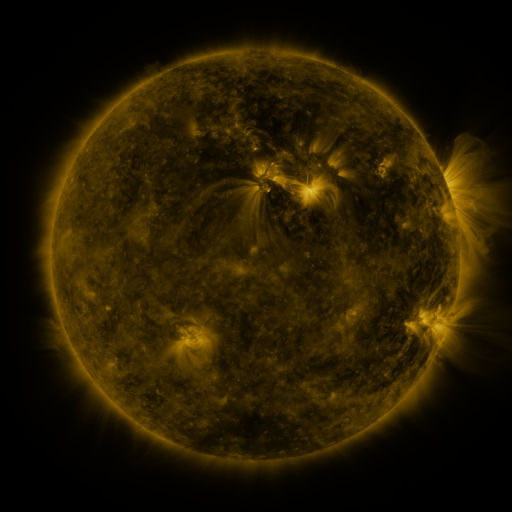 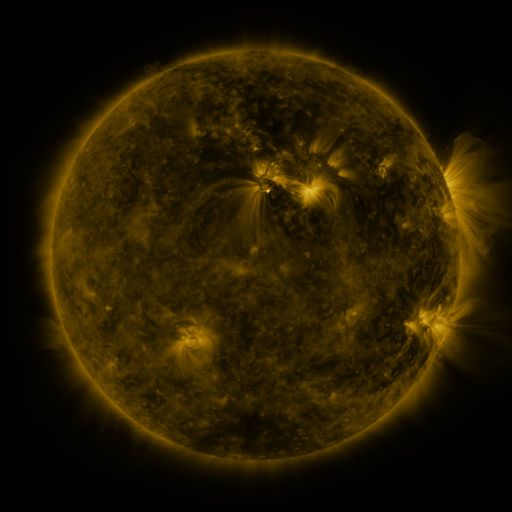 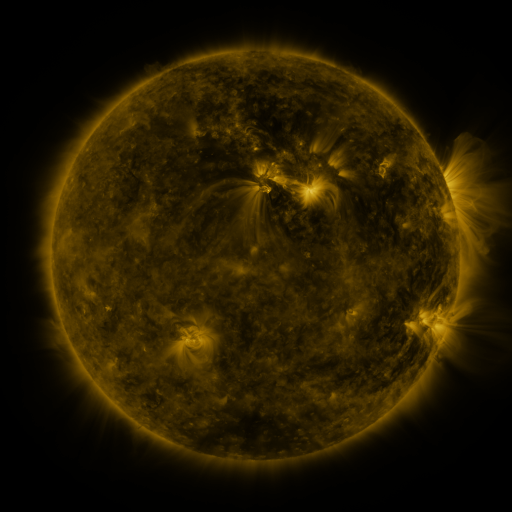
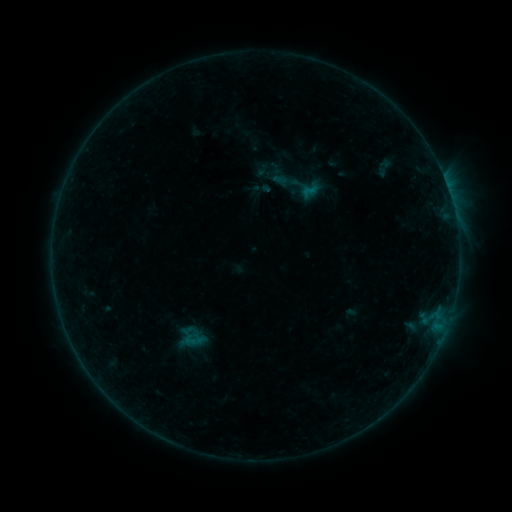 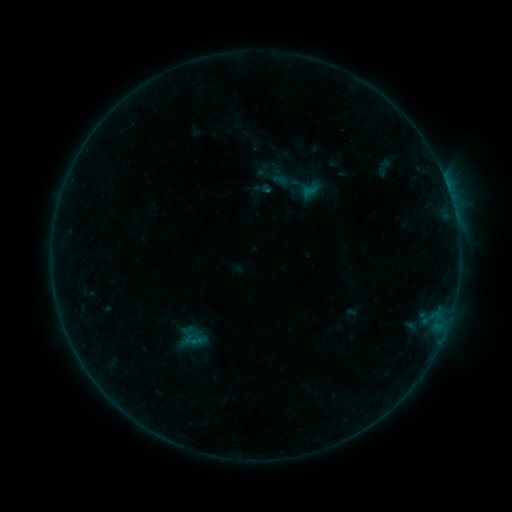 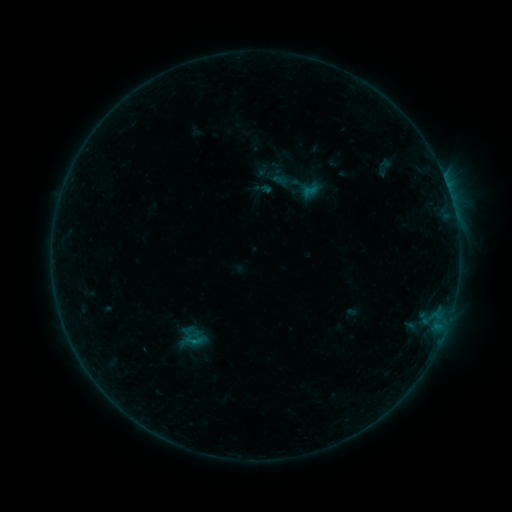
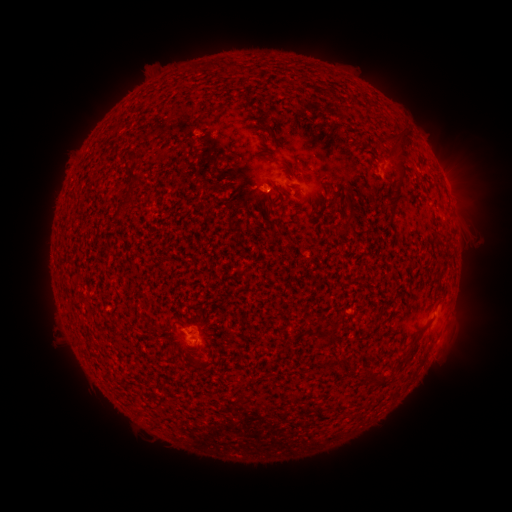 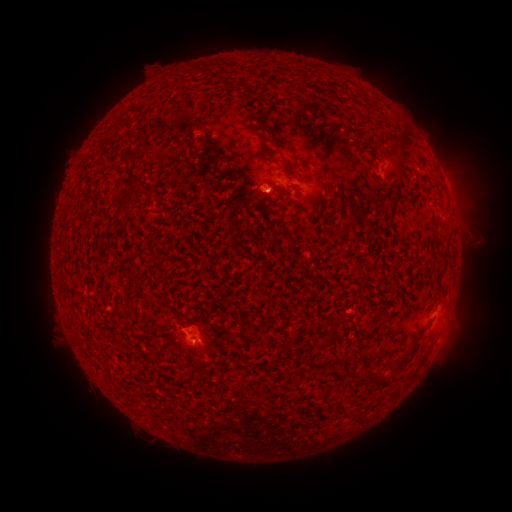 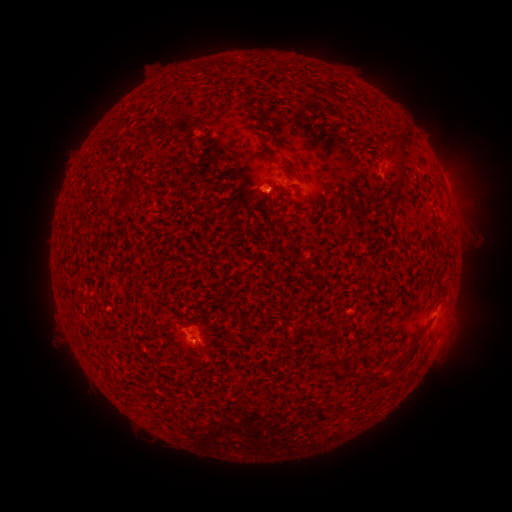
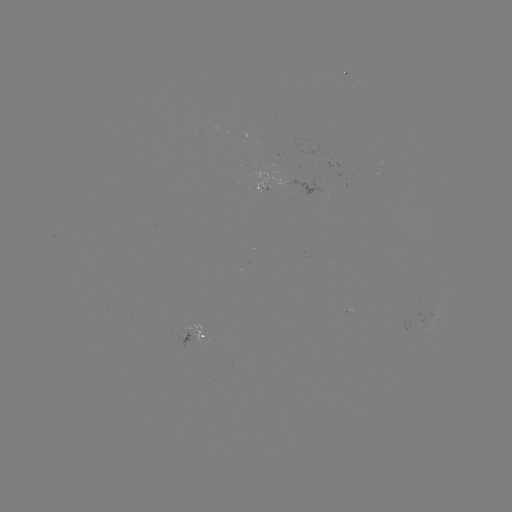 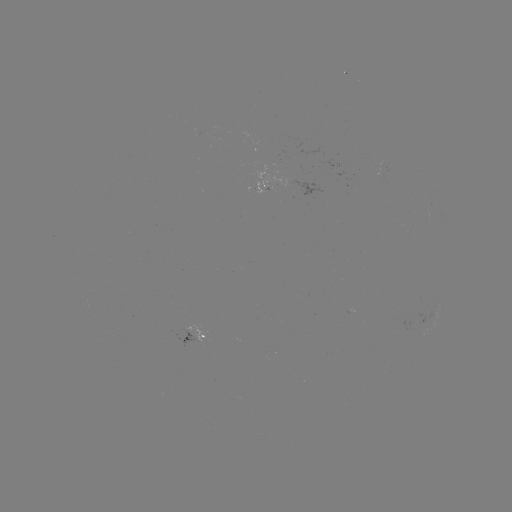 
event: flare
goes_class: B3.3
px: (266, 192)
